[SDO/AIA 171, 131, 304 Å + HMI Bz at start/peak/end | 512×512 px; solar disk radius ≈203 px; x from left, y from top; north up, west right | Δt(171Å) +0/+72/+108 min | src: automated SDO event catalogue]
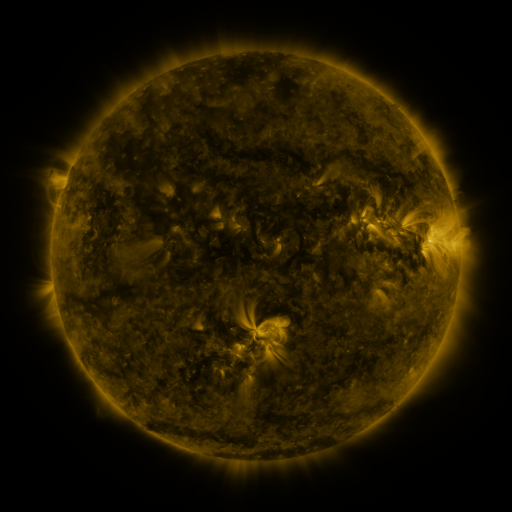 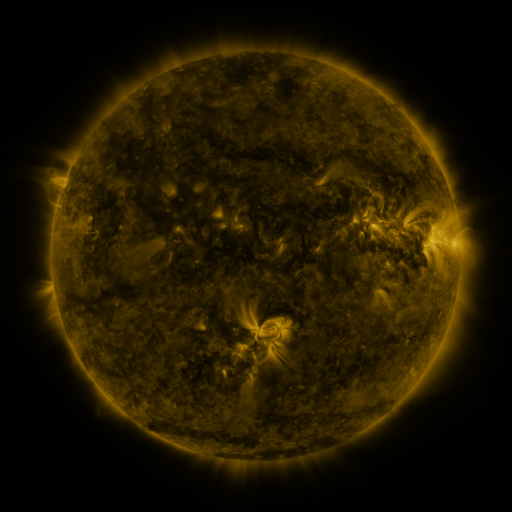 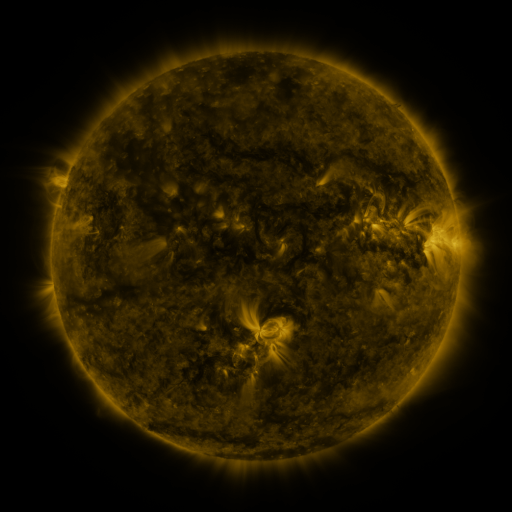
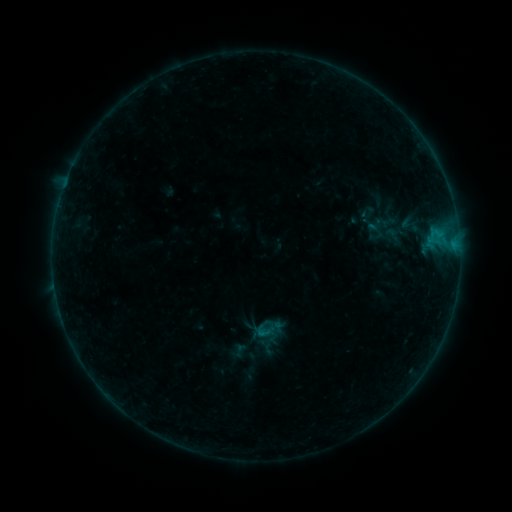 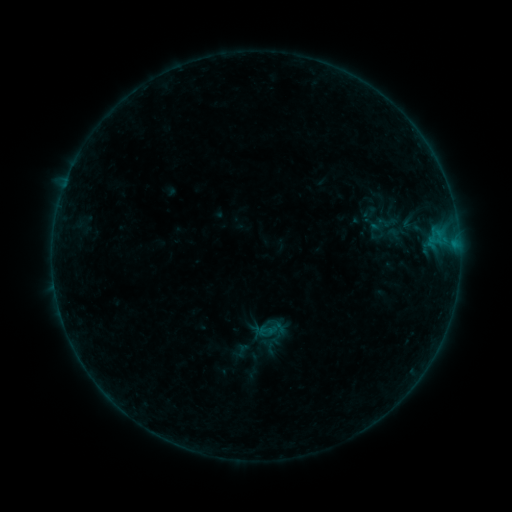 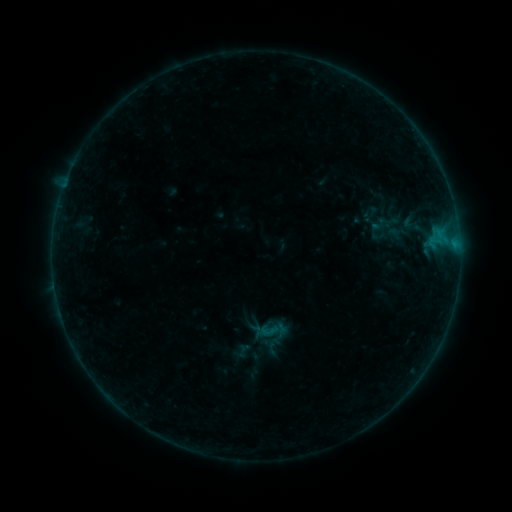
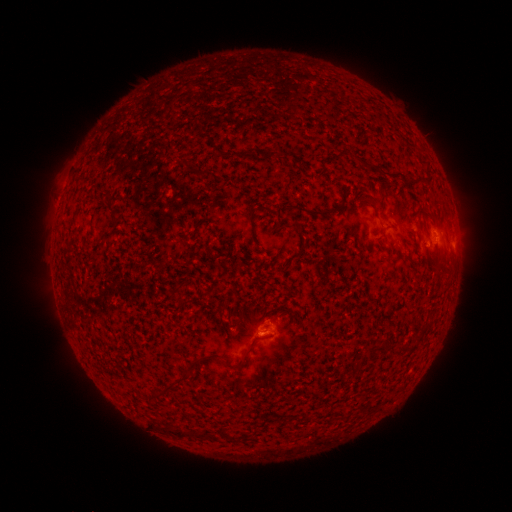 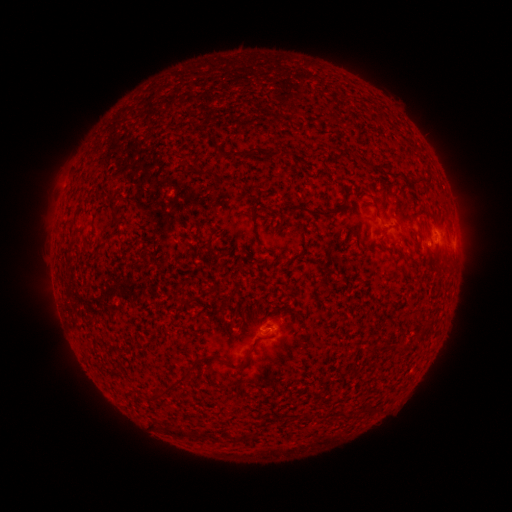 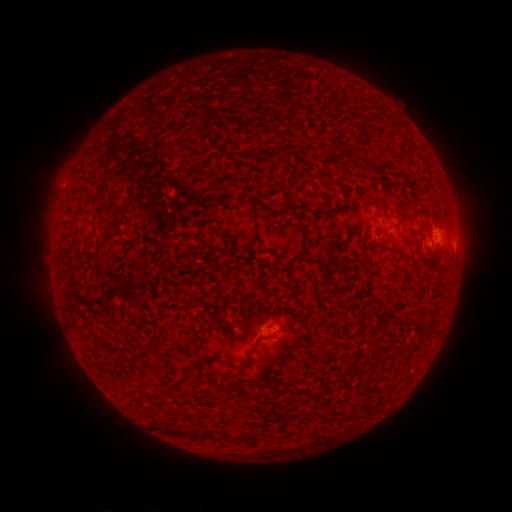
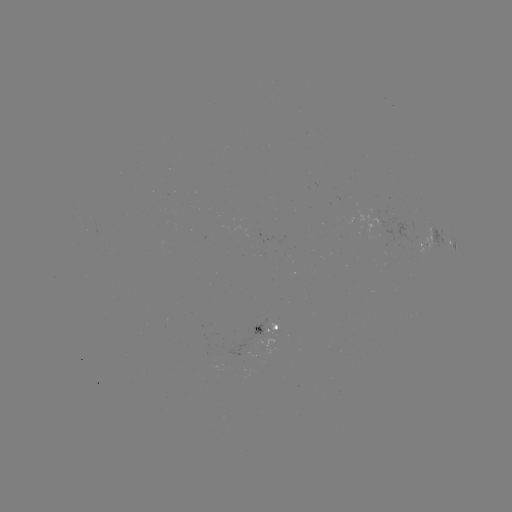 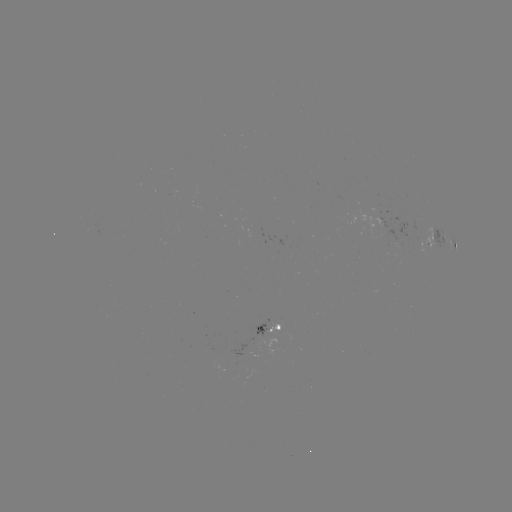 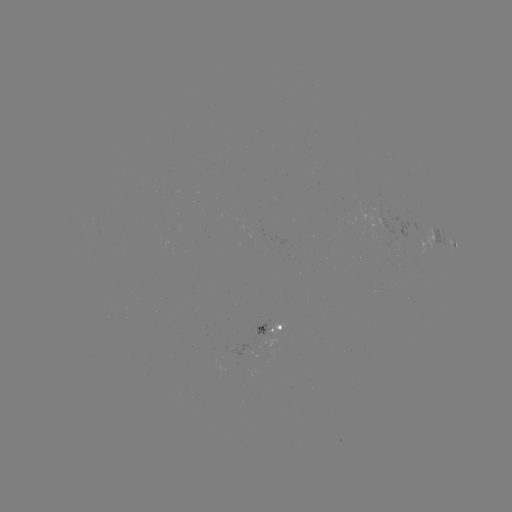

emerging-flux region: (354, 208, 395, 246)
